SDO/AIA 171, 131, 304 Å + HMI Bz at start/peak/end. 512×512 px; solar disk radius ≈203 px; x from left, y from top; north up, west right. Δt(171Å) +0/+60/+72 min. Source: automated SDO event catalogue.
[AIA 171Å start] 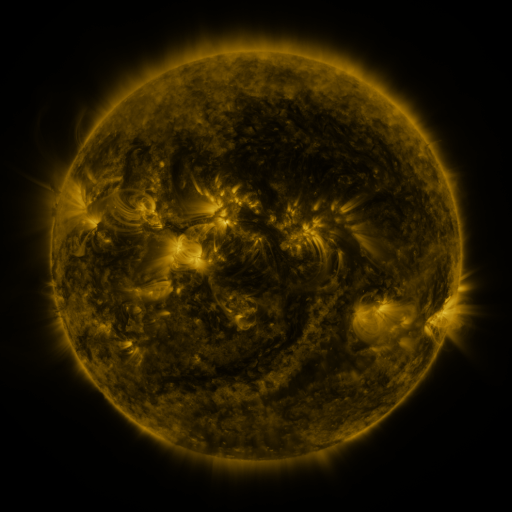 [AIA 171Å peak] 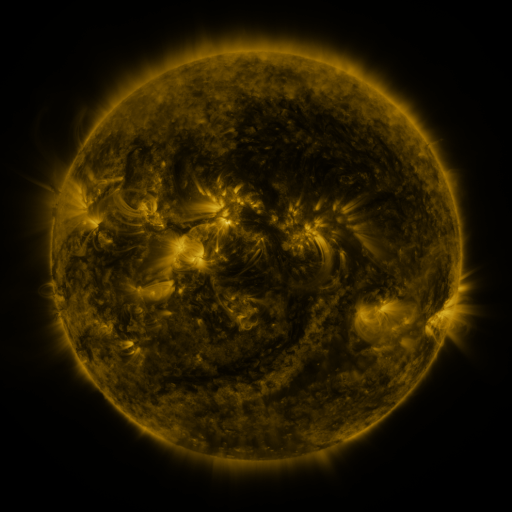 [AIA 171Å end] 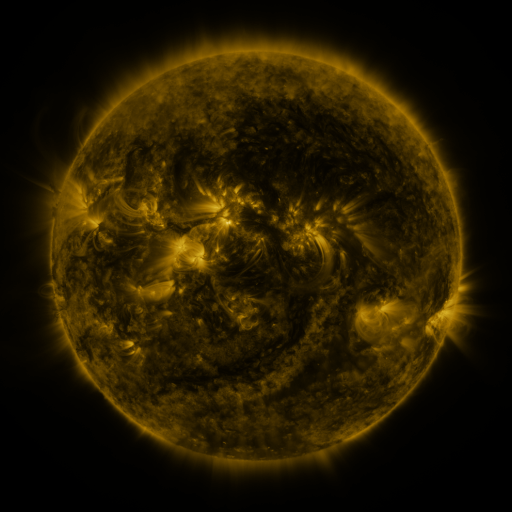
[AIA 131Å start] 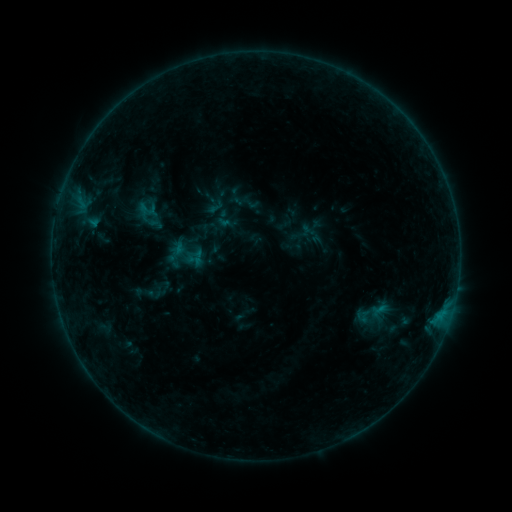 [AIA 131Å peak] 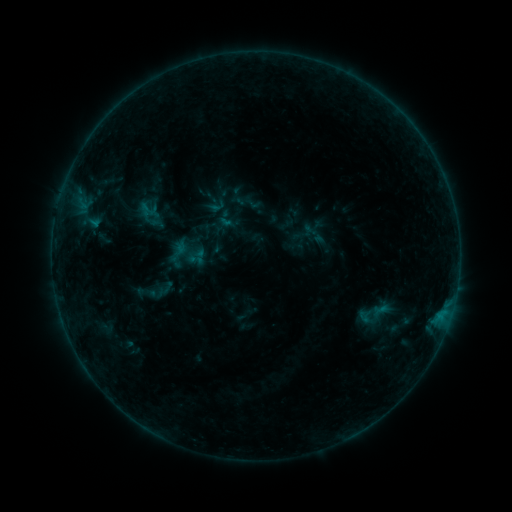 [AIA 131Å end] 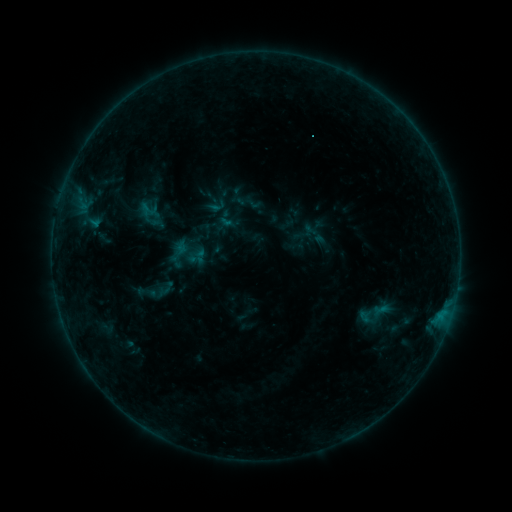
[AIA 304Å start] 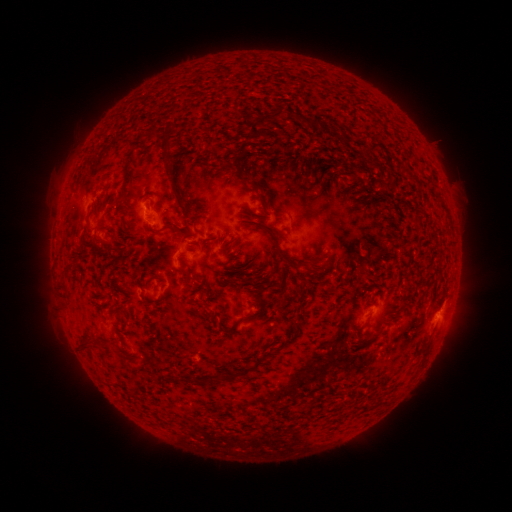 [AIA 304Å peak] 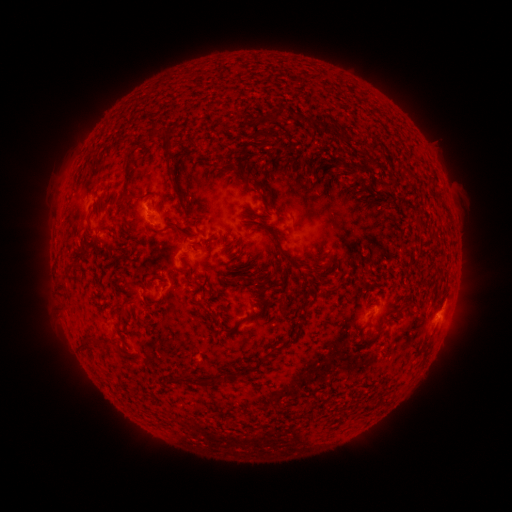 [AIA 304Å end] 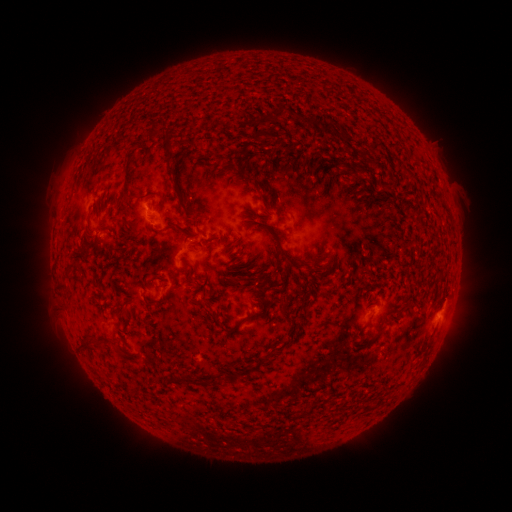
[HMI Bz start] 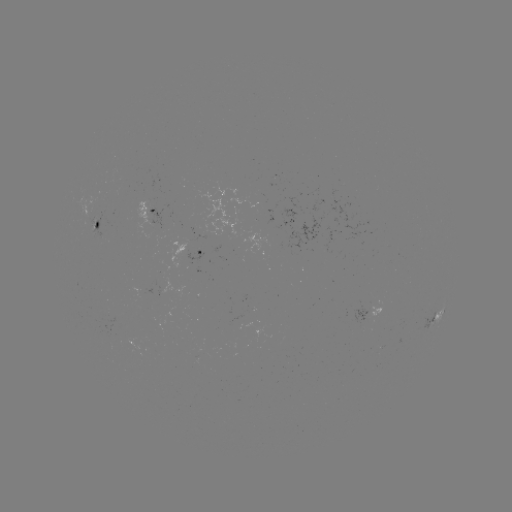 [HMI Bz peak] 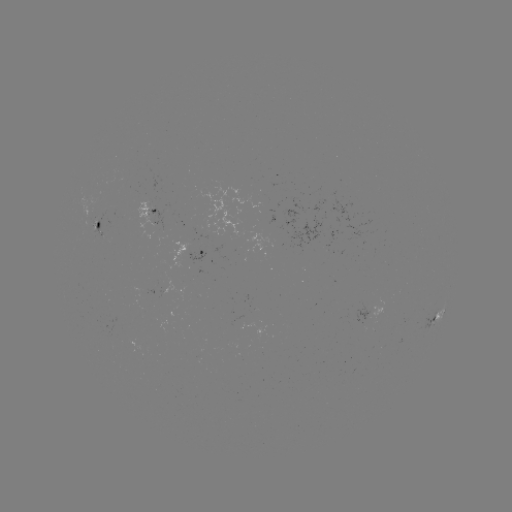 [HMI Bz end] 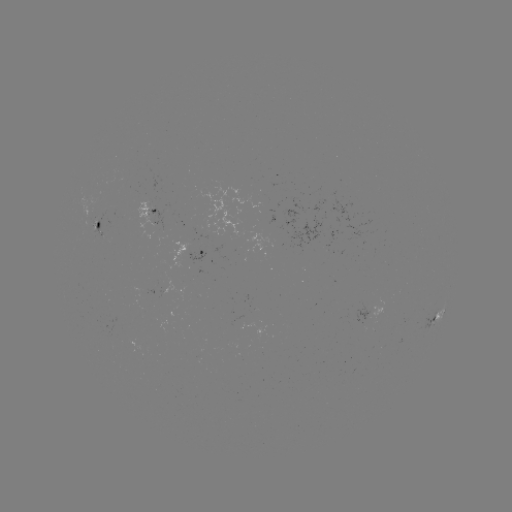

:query emerging-flux region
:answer (91, 212)